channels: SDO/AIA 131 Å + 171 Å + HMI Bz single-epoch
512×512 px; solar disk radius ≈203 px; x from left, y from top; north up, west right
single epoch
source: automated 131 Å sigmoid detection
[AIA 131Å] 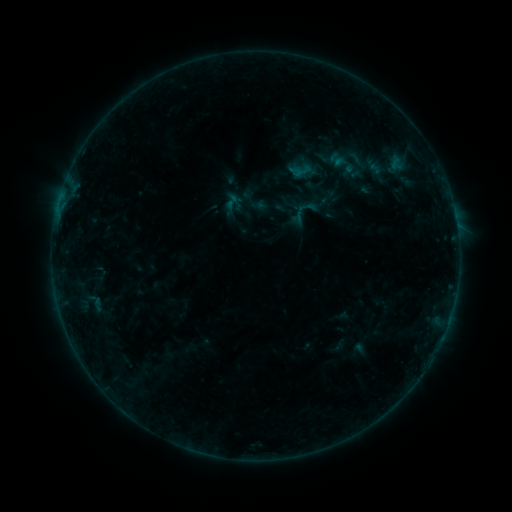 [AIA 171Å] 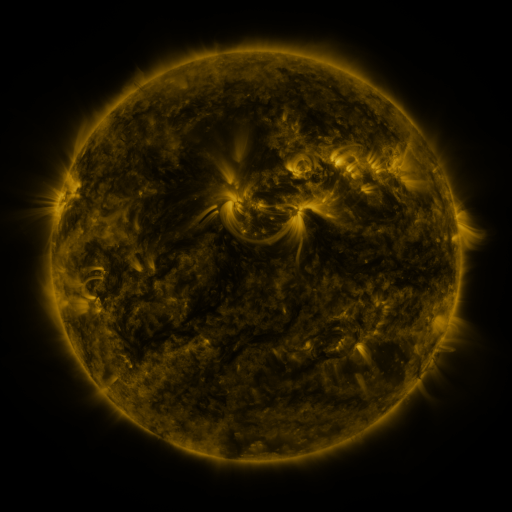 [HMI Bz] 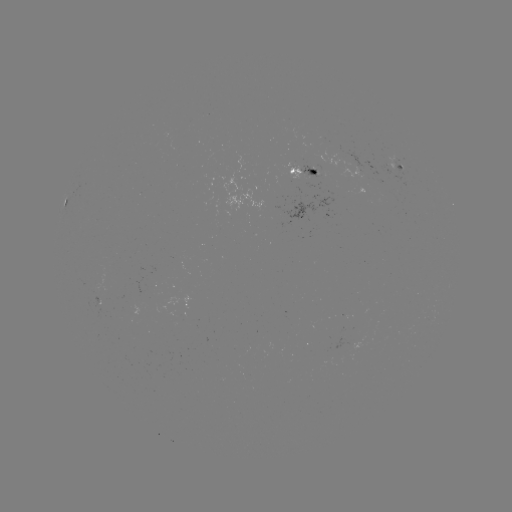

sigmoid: (223, 193, 240, 210)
